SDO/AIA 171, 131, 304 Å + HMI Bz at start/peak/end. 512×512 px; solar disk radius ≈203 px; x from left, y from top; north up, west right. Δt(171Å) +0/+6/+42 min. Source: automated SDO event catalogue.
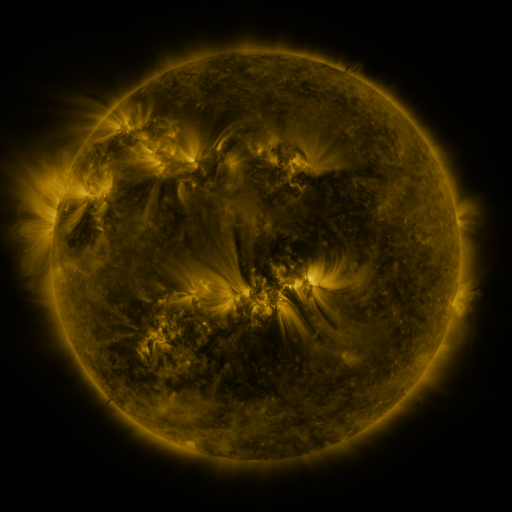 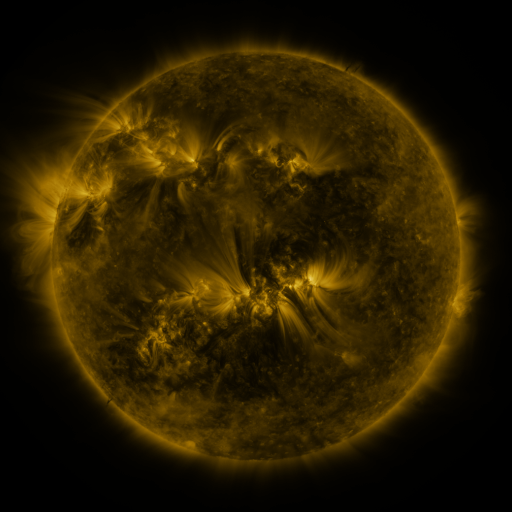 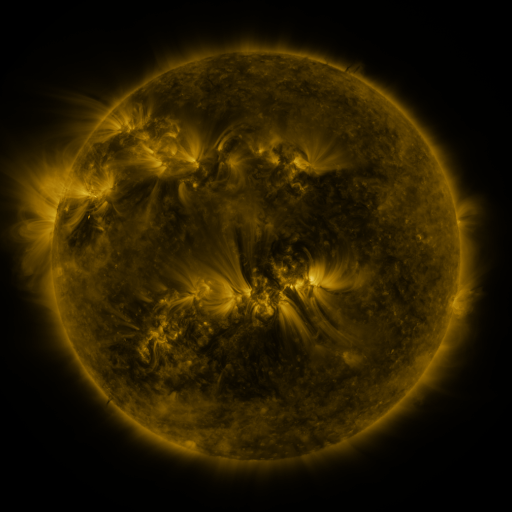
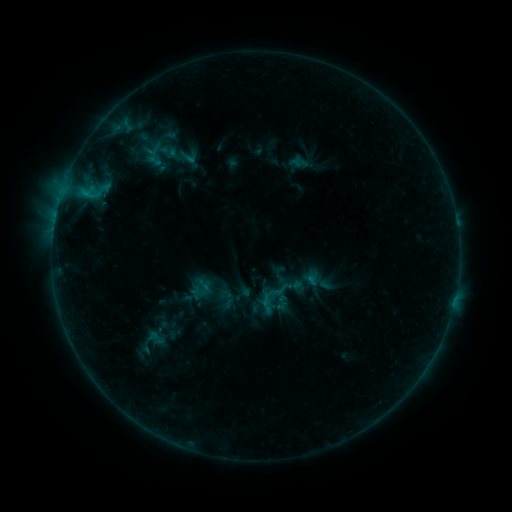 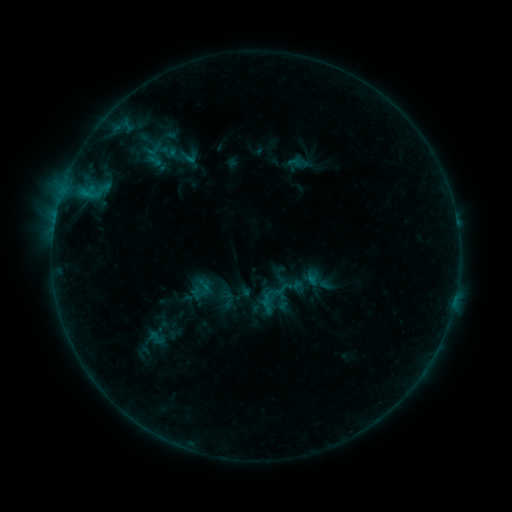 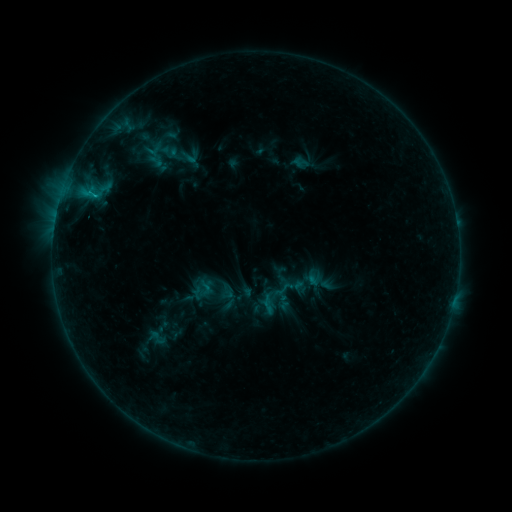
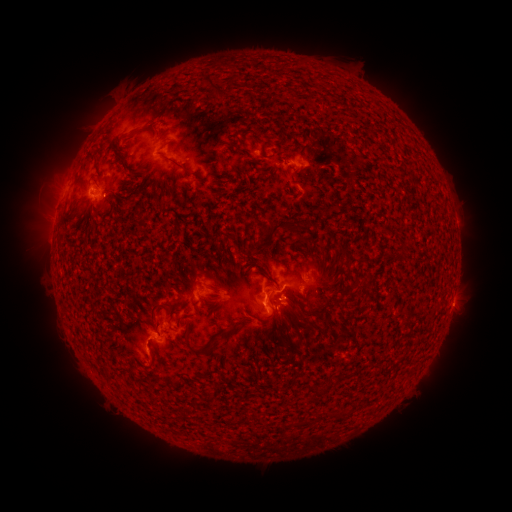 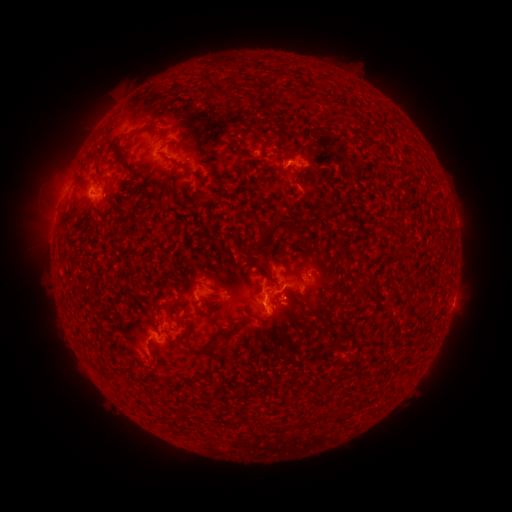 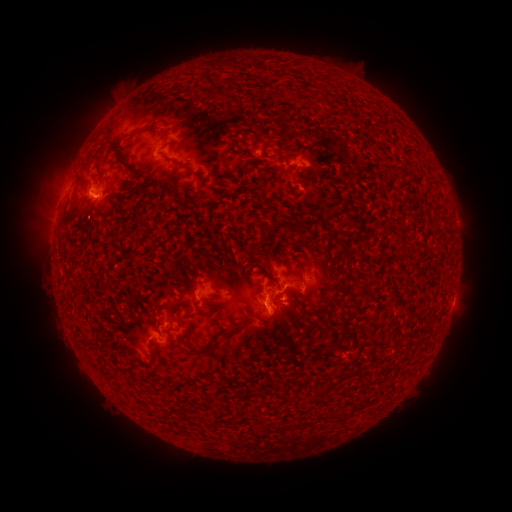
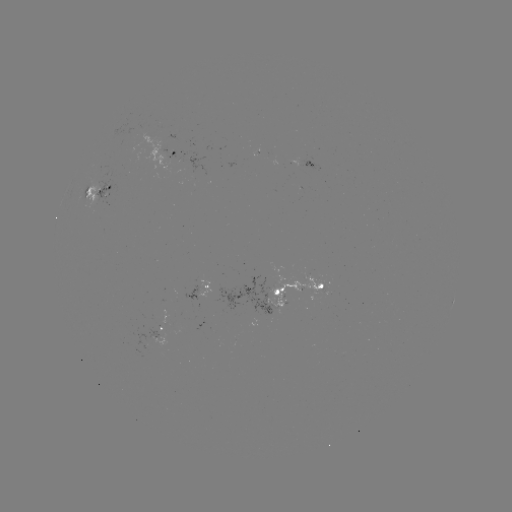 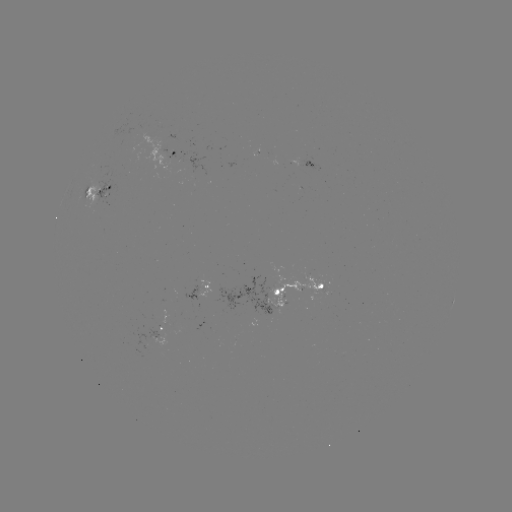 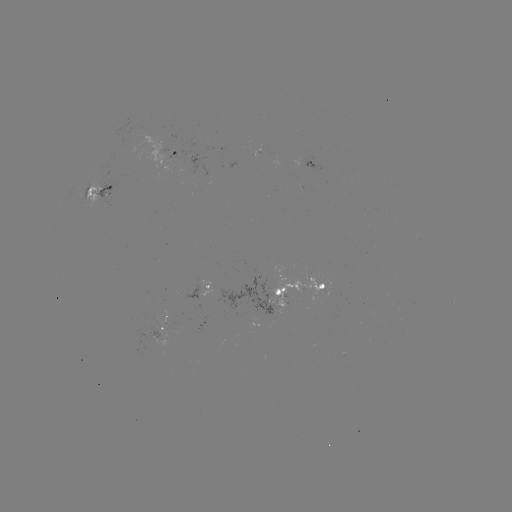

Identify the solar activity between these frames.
emerging-flux region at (276, 305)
